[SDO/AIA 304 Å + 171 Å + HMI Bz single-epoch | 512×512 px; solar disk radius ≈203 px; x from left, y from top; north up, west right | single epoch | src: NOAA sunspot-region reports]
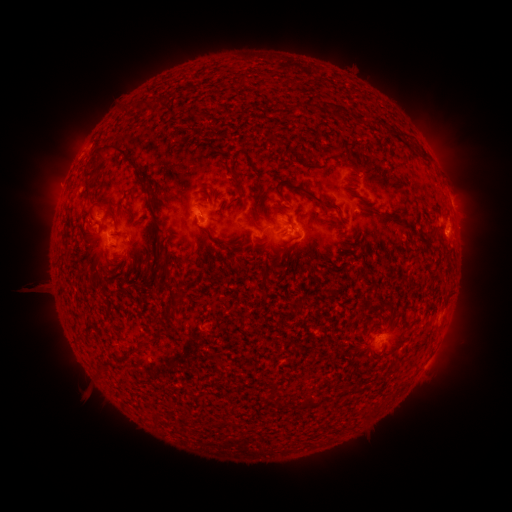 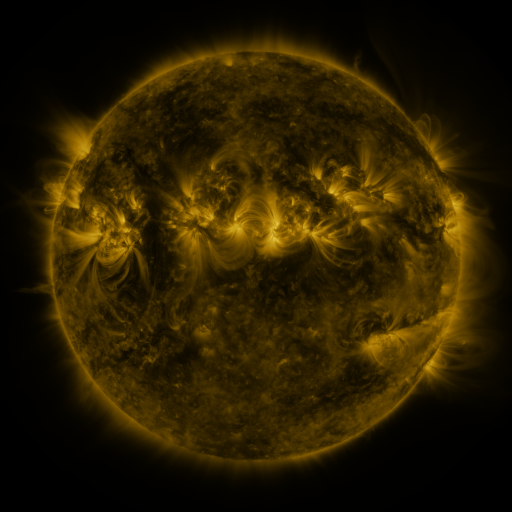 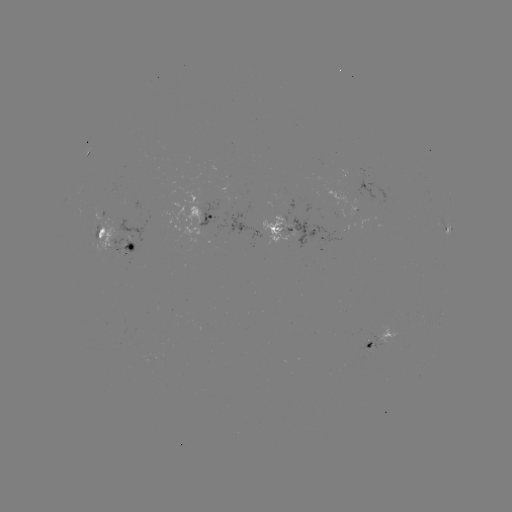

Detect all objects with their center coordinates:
spotted active region: (87, 152)
spotted active region: (201, 216)
spotted active region: (448, 229)
spotted active region: (300, 230)
spotted active region: (113, 240)
spotted active region: (381, 338)
